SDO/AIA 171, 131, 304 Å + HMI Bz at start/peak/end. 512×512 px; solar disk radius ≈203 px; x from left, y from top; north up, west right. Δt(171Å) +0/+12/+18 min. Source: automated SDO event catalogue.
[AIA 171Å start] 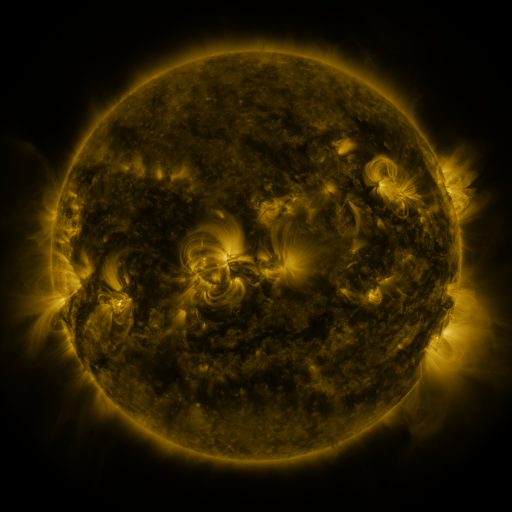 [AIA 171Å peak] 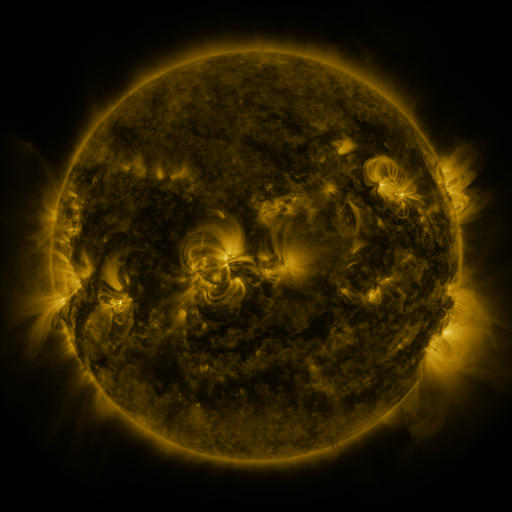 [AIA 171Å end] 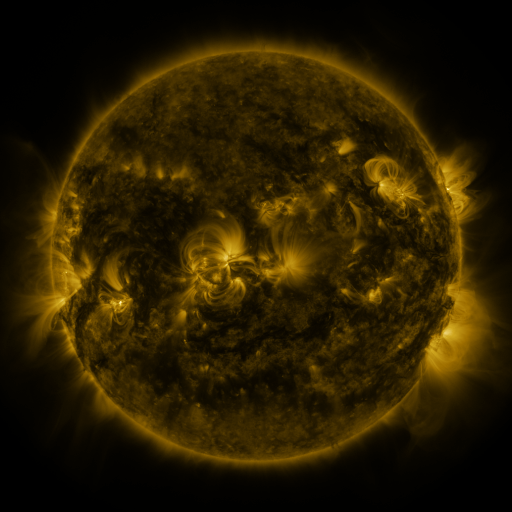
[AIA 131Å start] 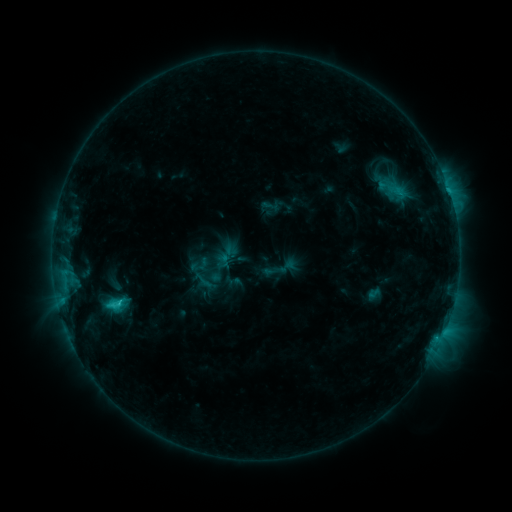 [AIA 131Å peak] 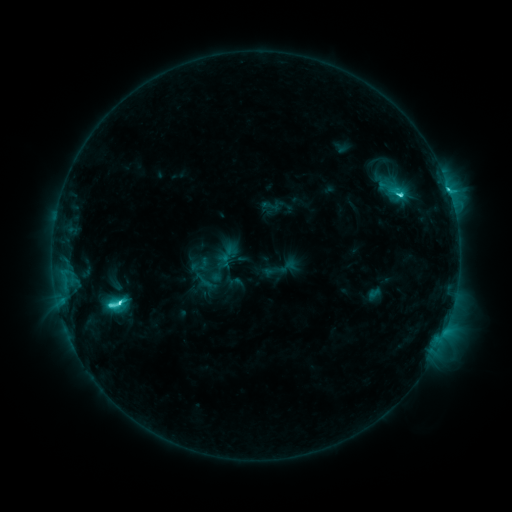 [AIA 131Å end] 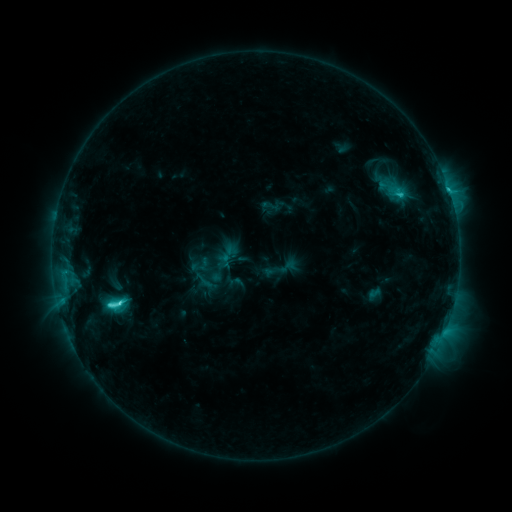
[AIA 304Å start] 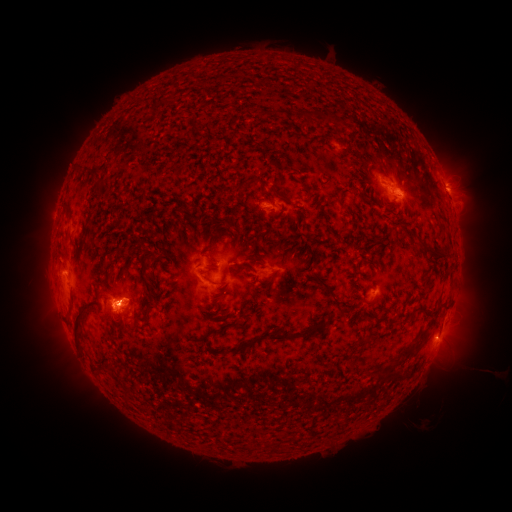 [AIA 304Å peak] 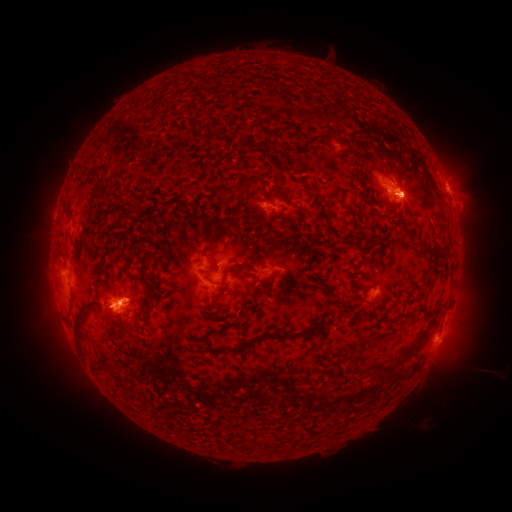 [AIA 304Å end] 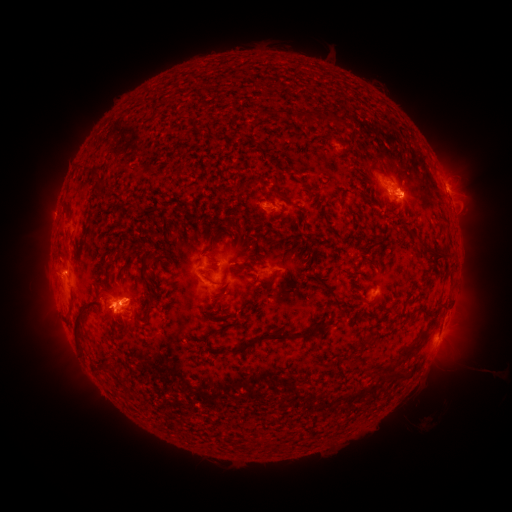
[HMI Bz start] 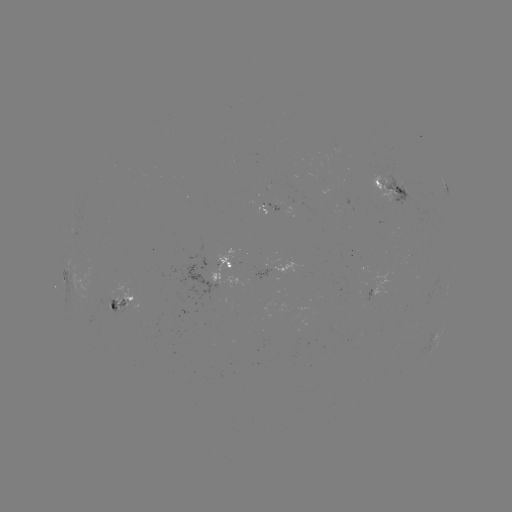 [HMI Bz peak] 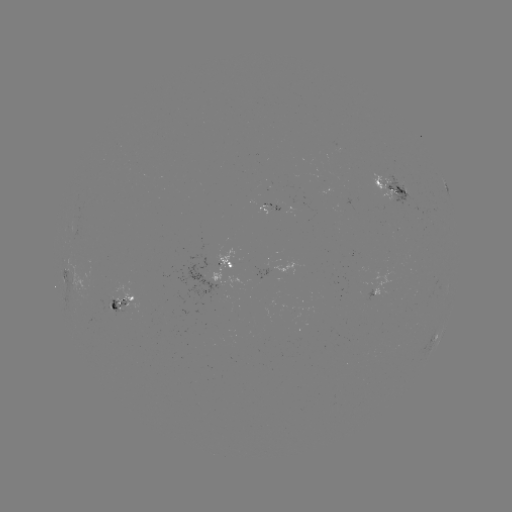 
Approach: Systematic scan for C6.0 flare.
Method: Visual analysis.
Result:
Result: C6.0 flare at (121, 300).